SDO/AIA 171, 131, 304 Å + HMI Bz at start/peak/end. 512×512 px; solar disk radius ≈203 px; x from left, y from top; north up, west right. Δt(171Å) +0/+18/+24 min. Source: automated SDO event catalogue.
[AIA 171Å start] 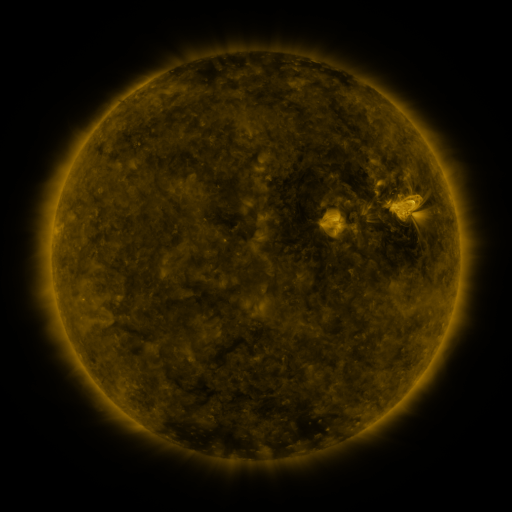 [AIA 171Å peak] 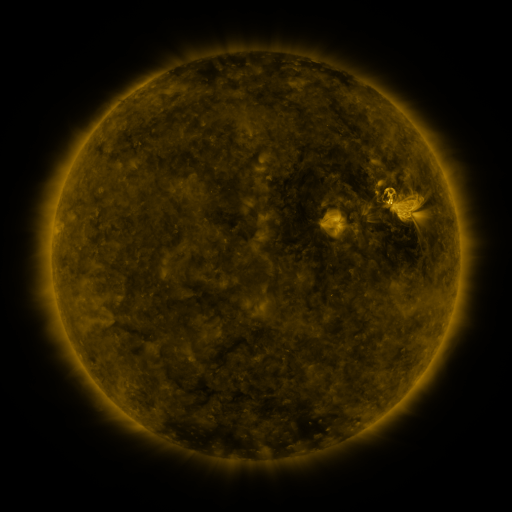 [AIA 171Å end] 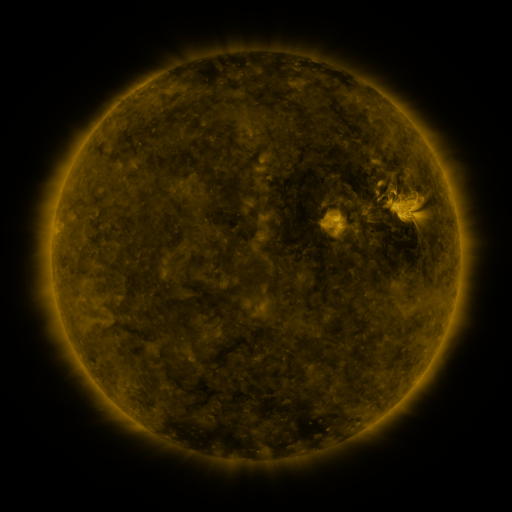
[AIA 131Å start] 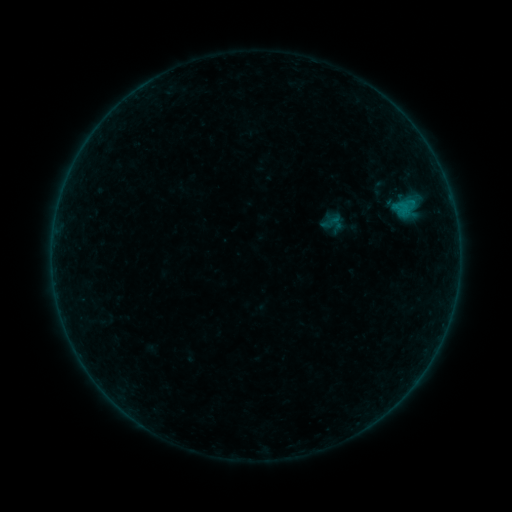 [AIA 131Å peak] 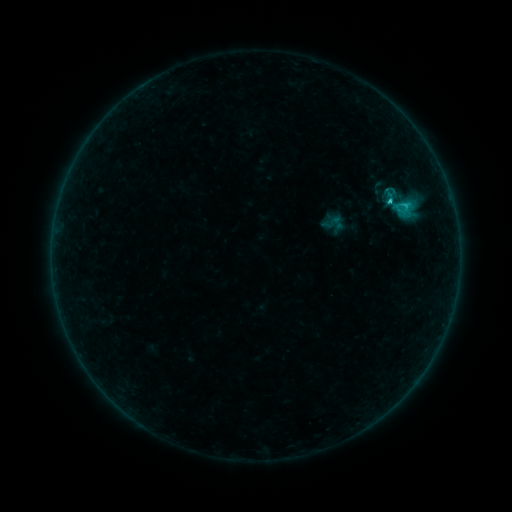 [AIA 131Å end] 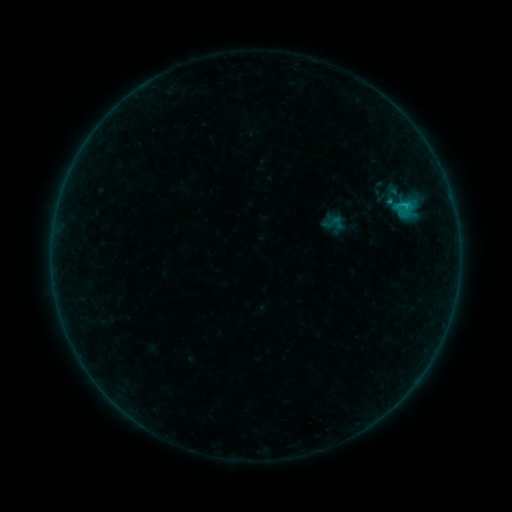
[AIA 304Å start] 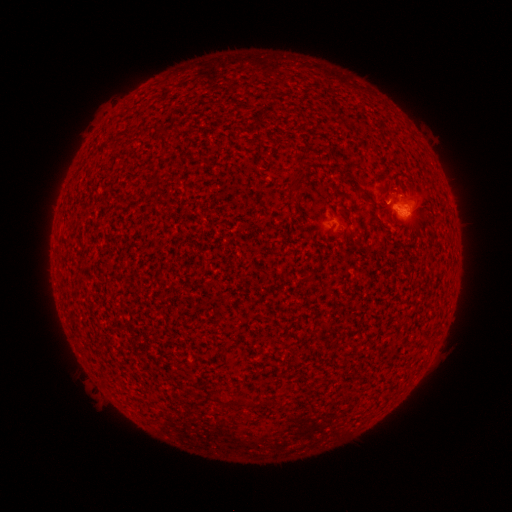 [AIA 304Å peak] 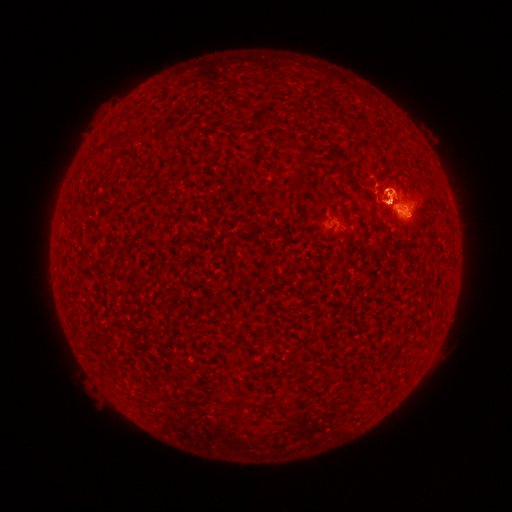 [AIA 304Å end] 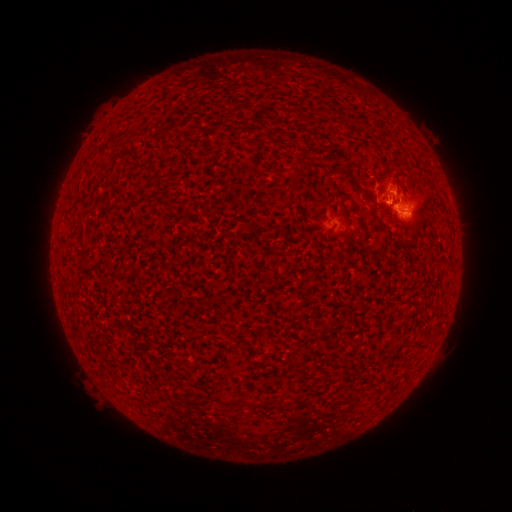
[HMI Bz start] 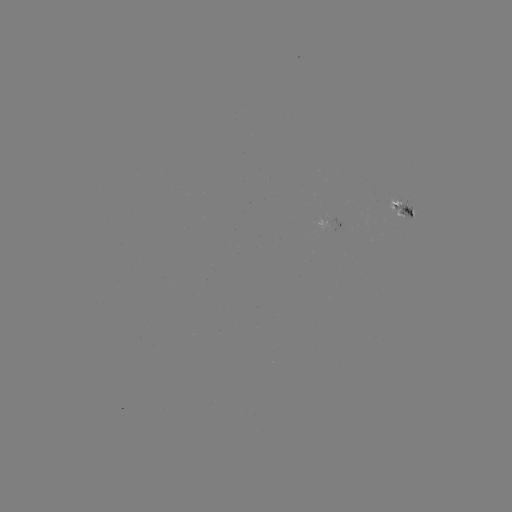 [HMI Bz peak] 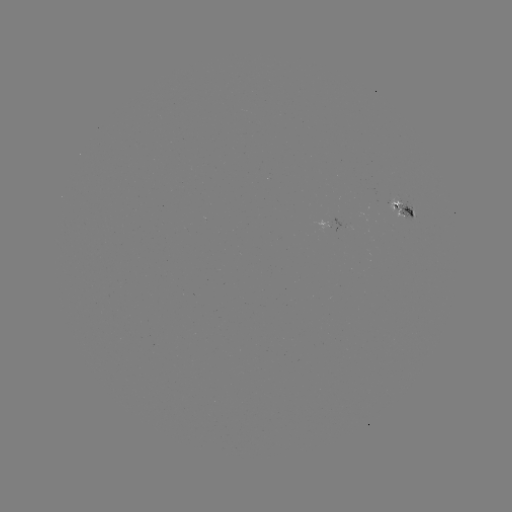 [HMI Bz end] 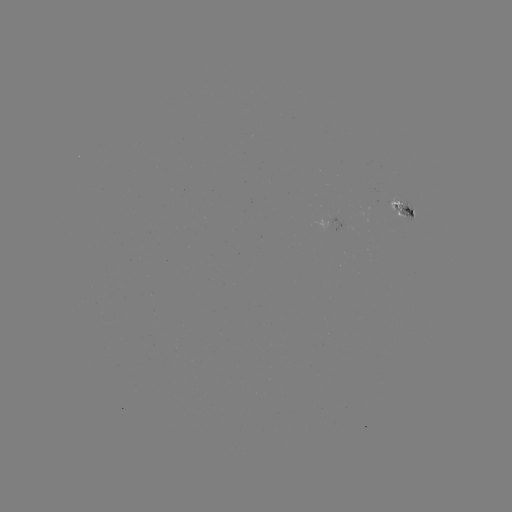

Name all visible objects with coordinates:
B9.9 flare: (387, 202)
